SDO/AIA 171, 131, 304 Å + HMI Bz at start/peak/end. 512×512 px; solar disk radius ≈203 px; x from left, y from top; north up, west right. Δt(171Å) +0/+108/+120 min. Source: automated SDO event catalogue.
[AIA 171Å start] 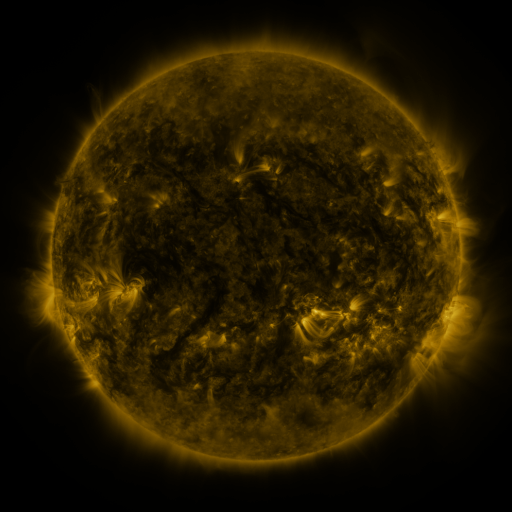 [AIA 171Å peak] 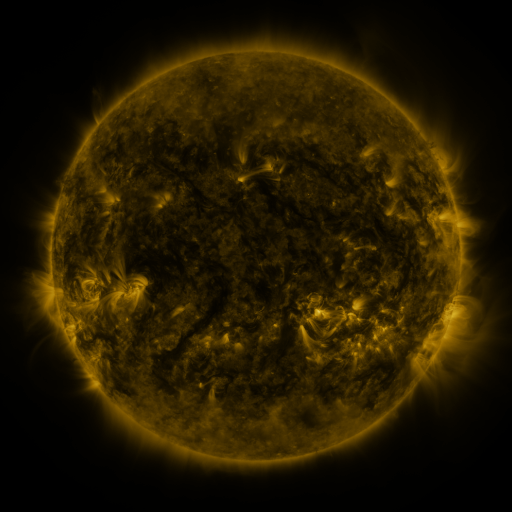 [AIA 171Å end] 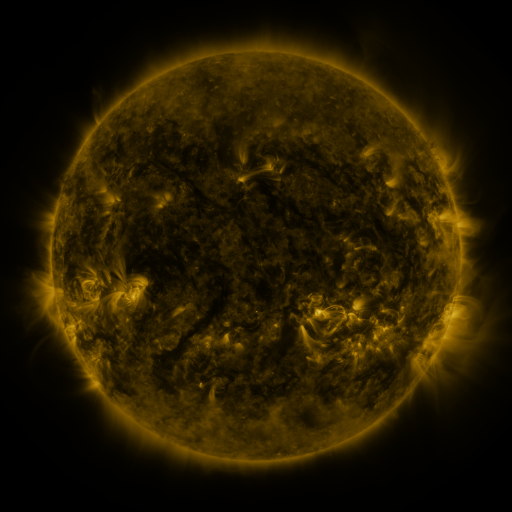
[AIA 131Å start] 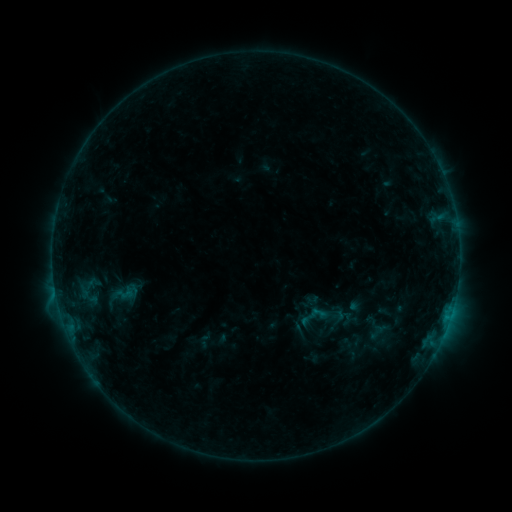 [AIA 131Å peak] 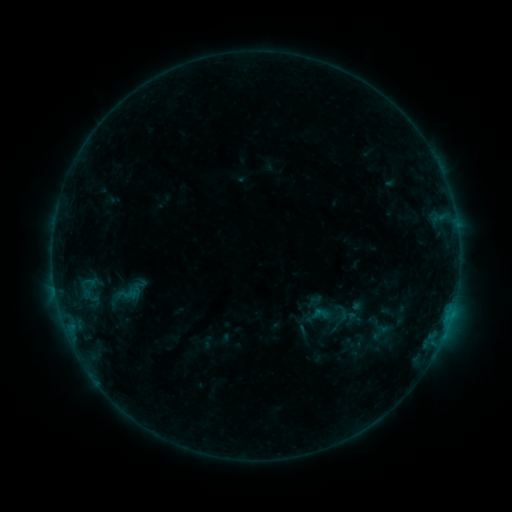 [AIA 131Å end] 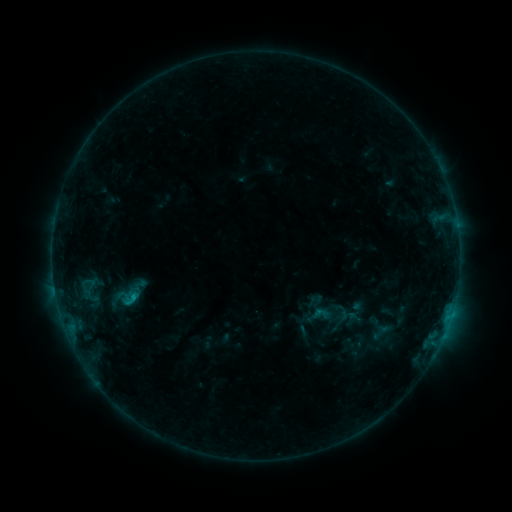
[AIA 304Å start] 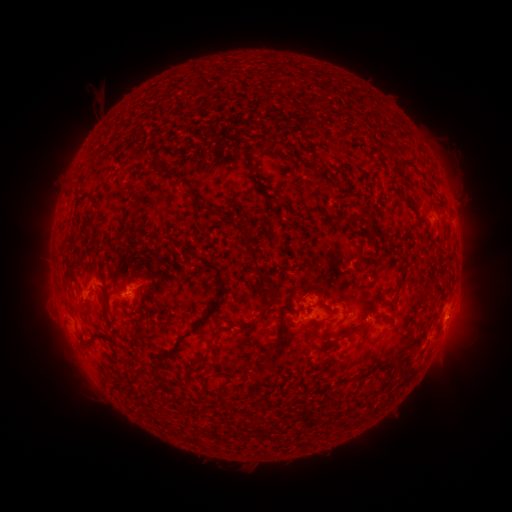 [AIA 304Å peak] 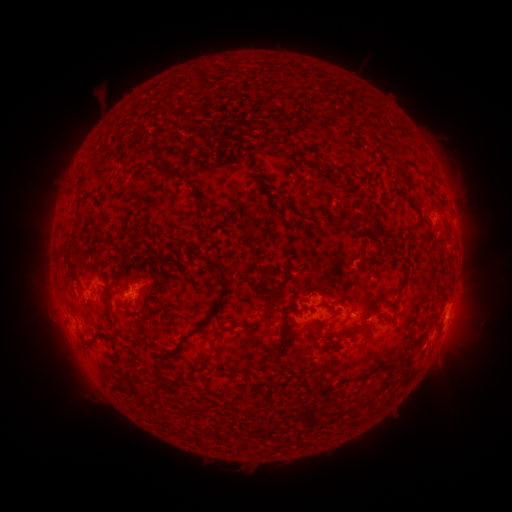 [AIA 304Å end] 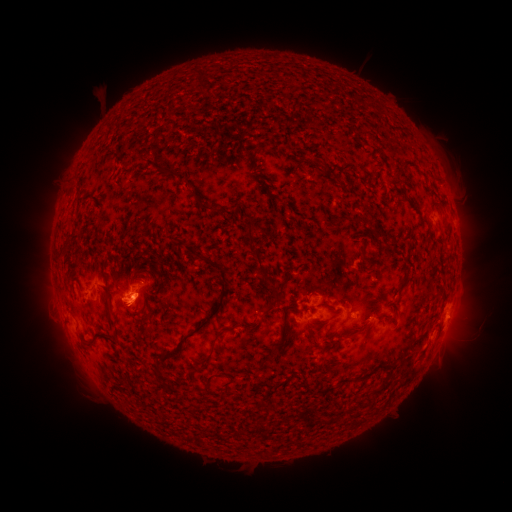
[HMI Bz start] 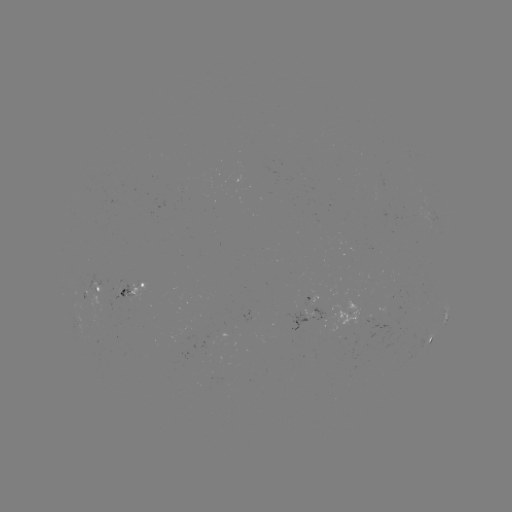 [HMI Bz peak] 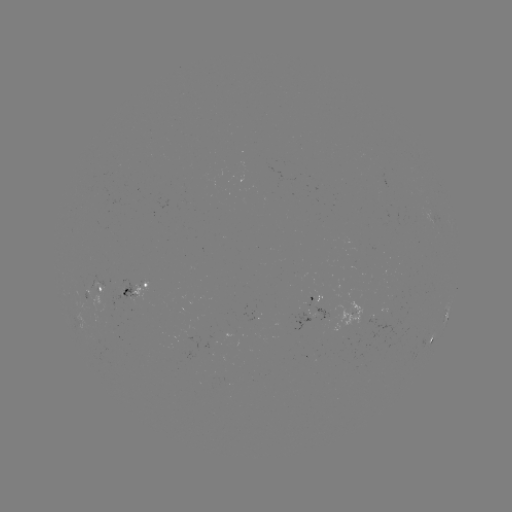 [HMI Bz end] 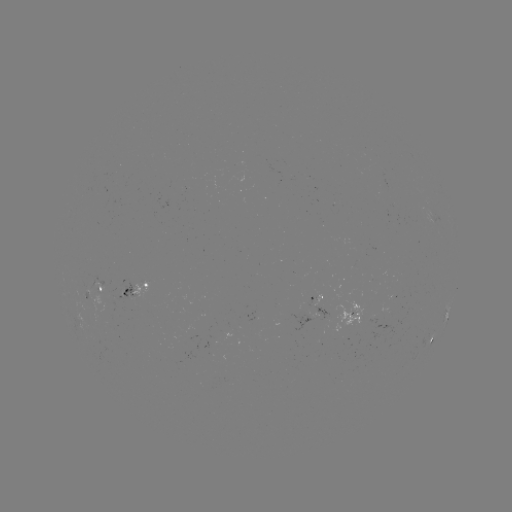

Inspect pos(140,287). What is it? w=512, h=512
emerging-flux region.